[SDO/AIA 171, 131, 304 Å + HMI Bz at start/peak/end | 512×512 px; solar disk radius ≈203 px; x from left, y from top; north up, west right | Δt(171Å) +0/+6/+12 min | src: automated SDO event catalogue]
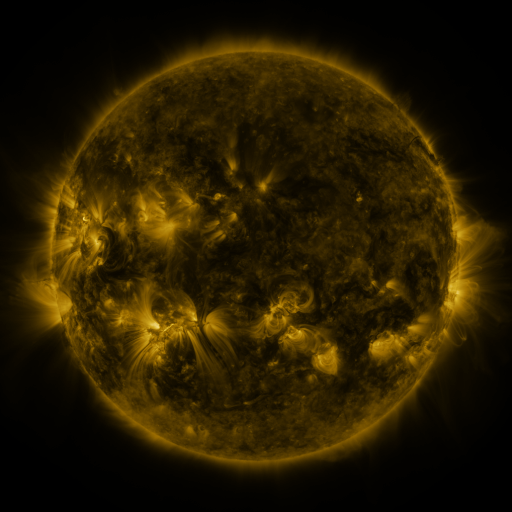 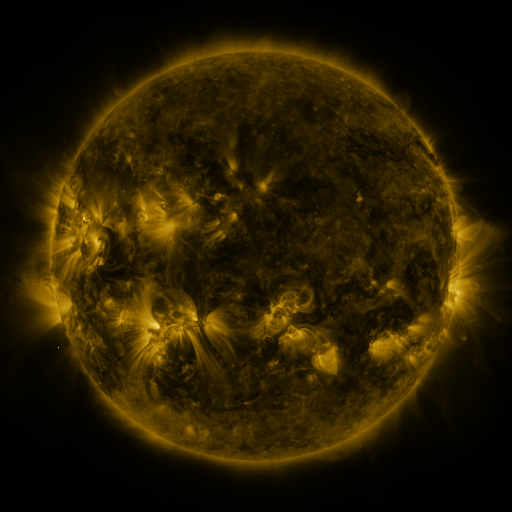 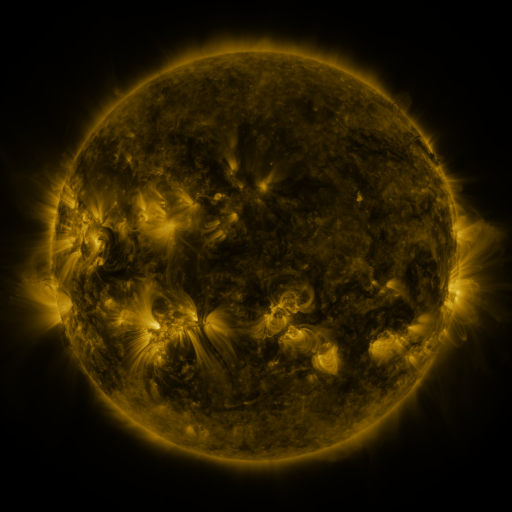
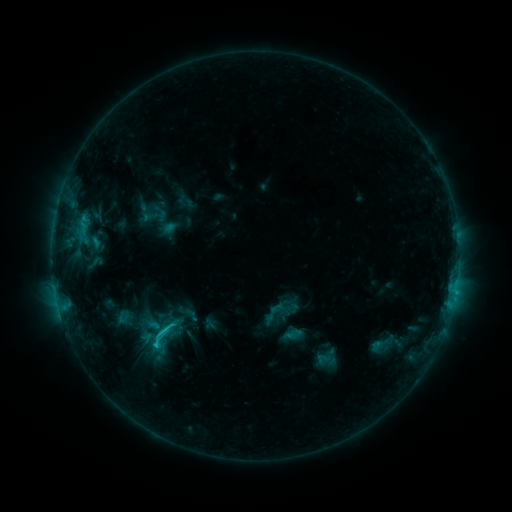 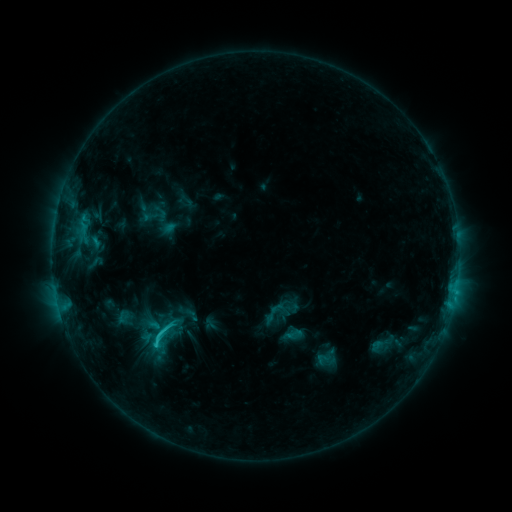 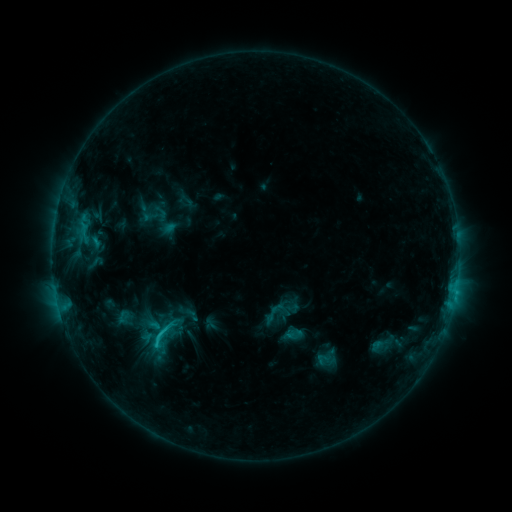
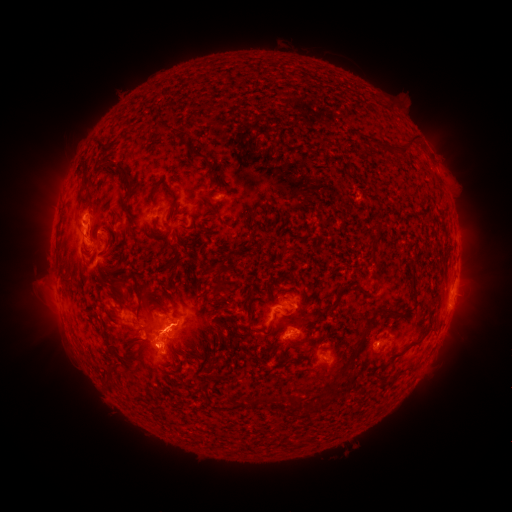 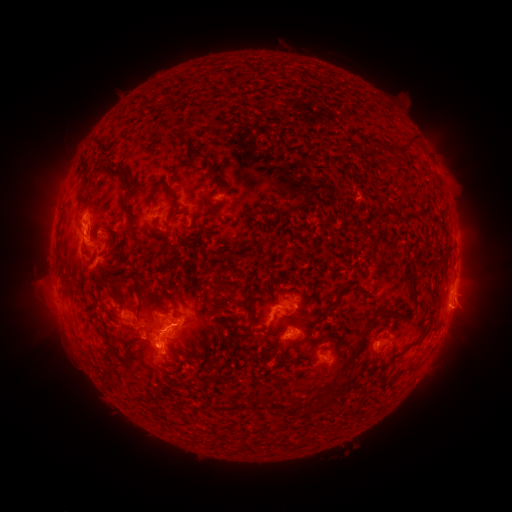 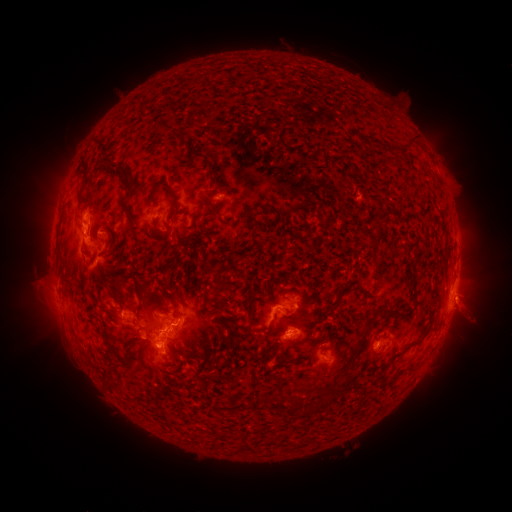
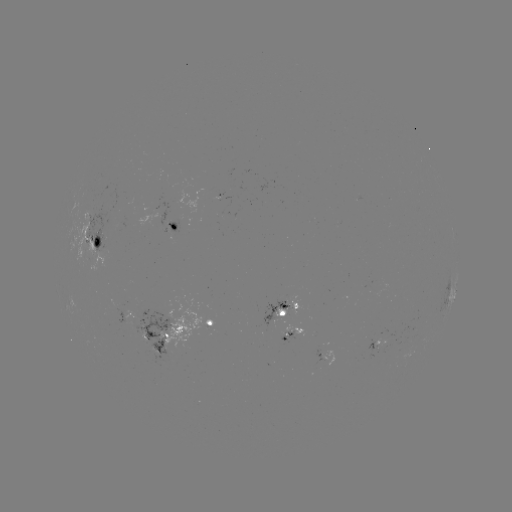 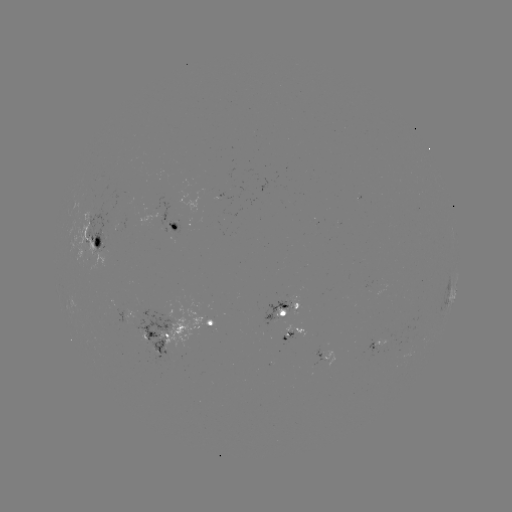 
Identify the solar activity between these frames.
eruption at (470, 312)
